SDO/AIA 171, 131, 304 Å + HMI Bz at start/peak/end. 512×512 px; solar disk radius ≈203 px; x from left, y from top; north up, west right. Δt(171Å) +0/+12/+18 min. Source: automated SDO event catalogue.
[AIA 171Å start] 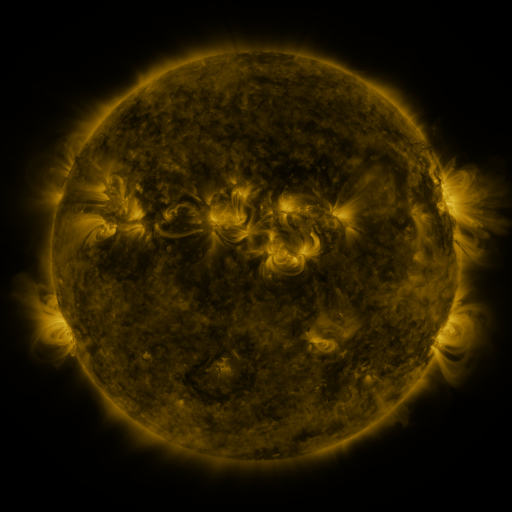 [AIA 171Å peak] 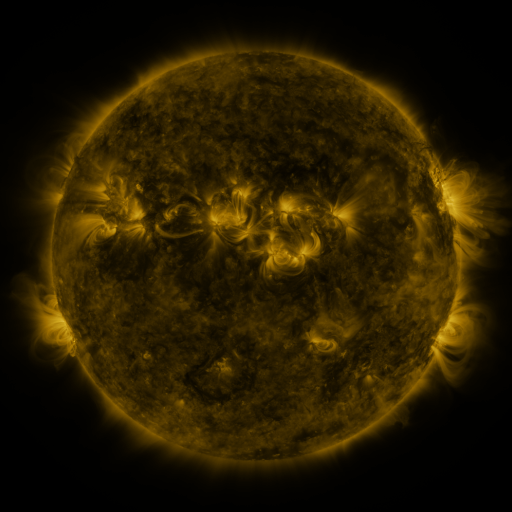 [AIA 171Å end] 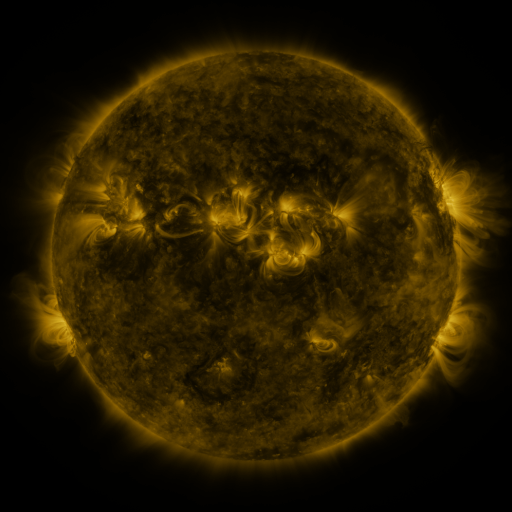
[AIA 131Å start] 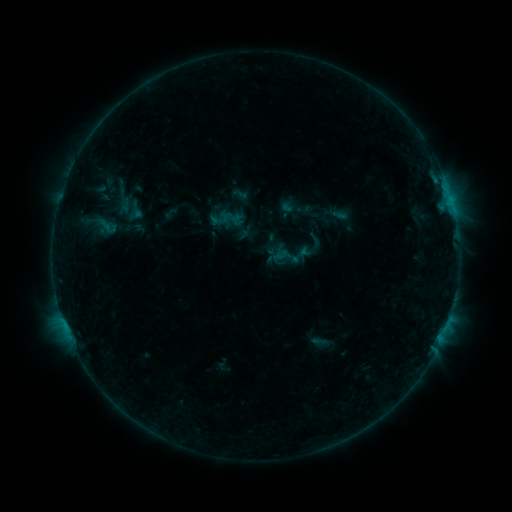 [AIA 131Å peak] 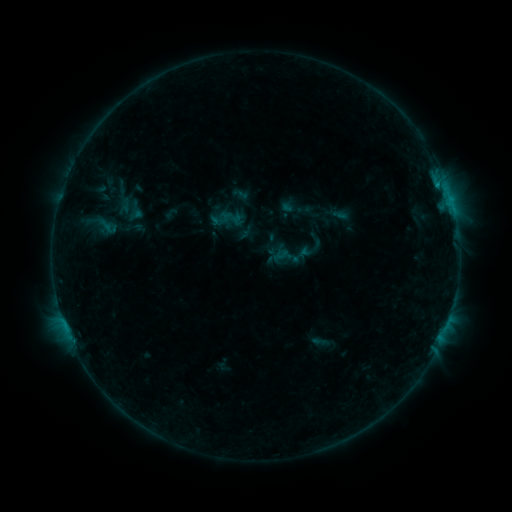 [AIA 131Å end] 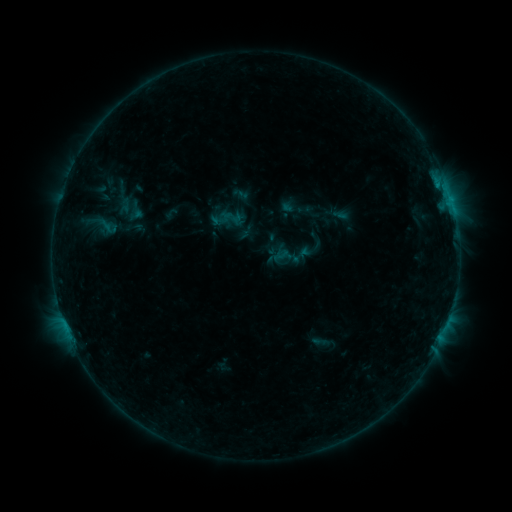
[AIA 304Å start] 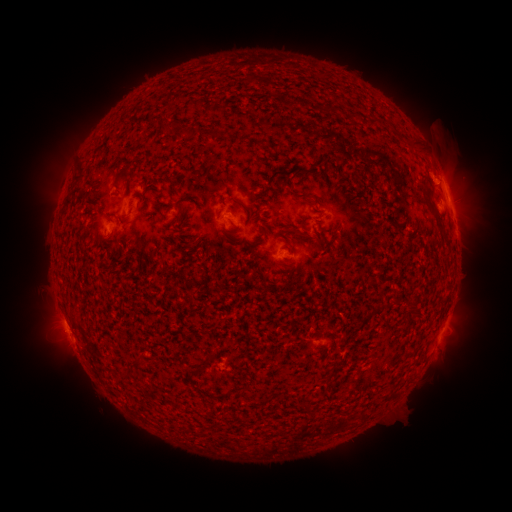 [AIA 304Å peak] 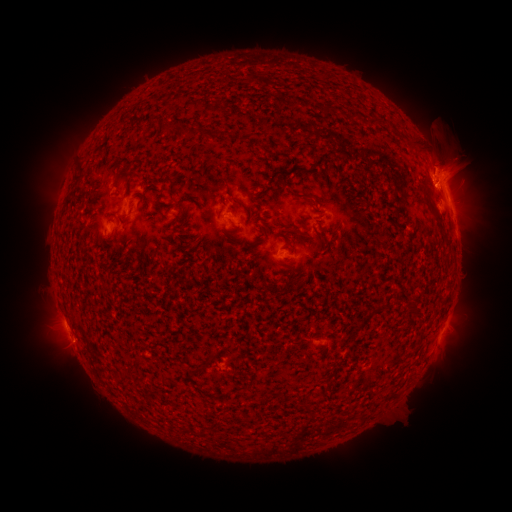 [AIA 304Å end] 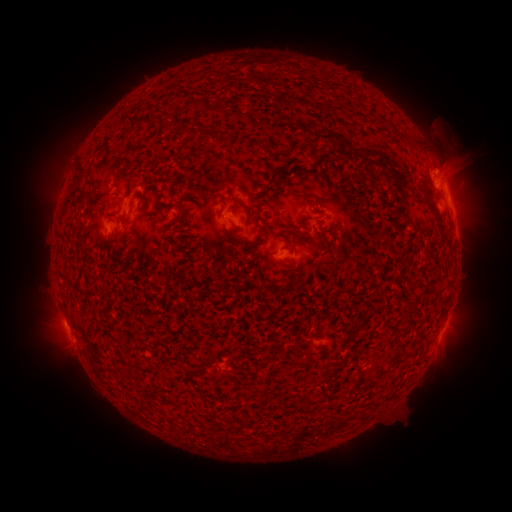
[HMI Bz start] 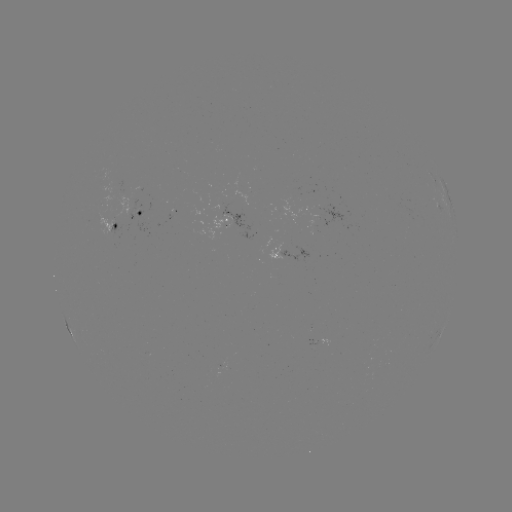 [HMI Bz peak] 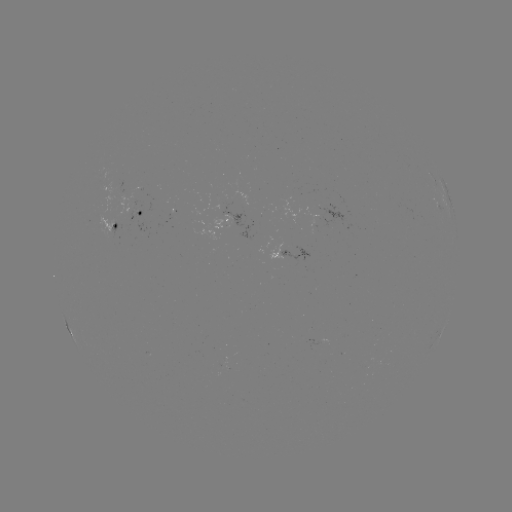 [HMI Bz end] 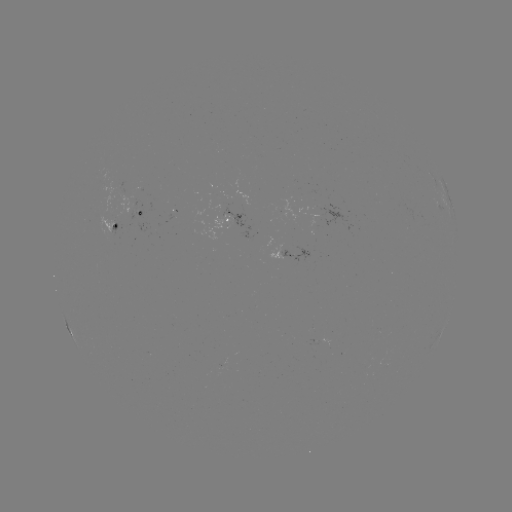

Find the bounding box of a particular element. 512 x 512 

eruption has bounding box [363, 134, 511, 224].